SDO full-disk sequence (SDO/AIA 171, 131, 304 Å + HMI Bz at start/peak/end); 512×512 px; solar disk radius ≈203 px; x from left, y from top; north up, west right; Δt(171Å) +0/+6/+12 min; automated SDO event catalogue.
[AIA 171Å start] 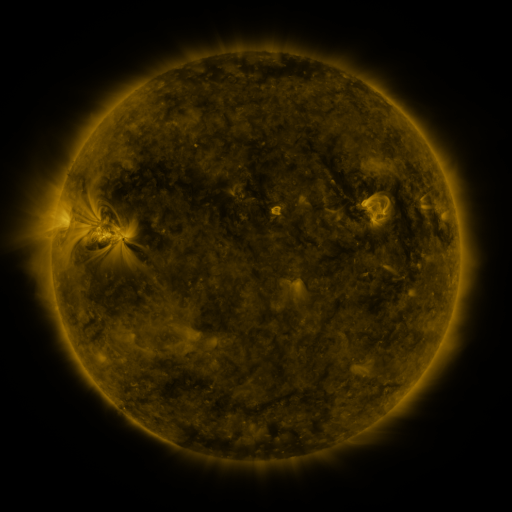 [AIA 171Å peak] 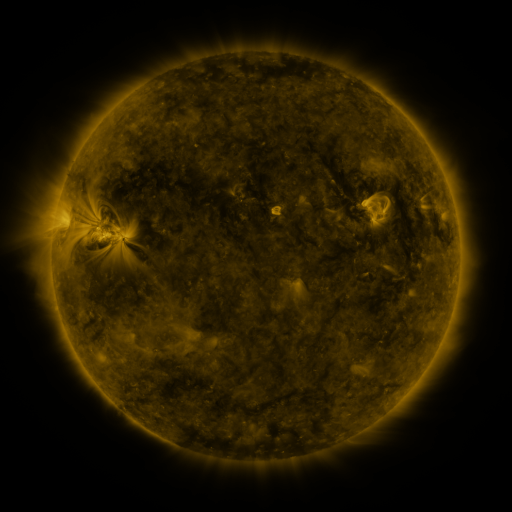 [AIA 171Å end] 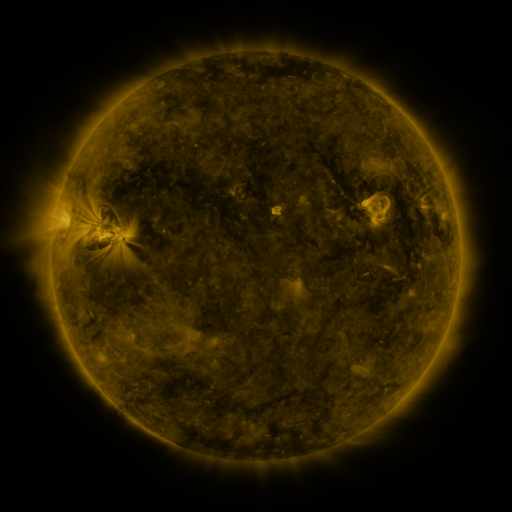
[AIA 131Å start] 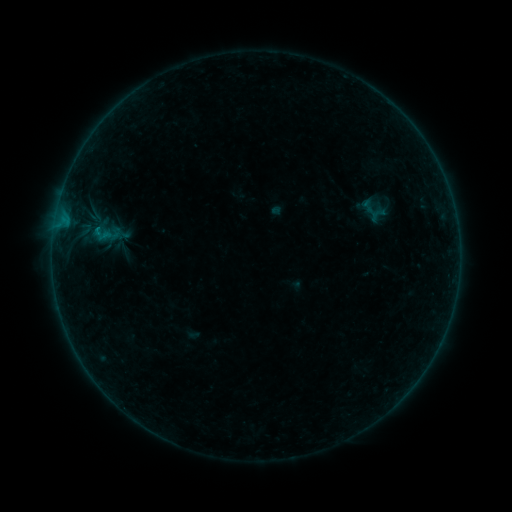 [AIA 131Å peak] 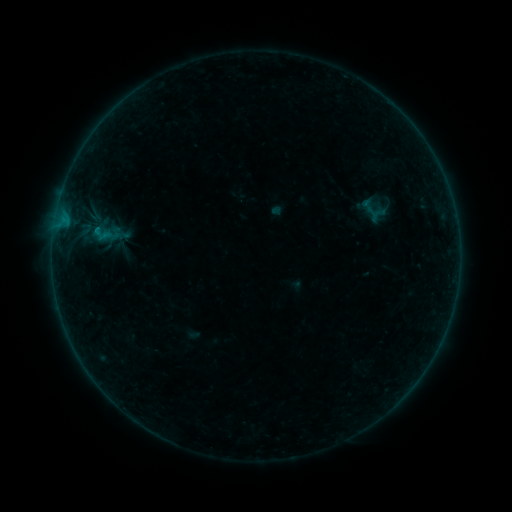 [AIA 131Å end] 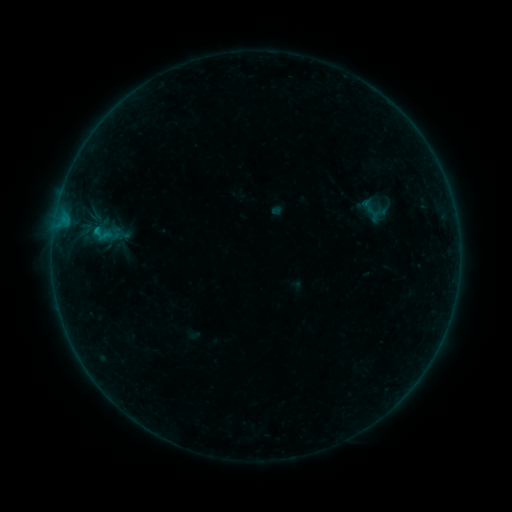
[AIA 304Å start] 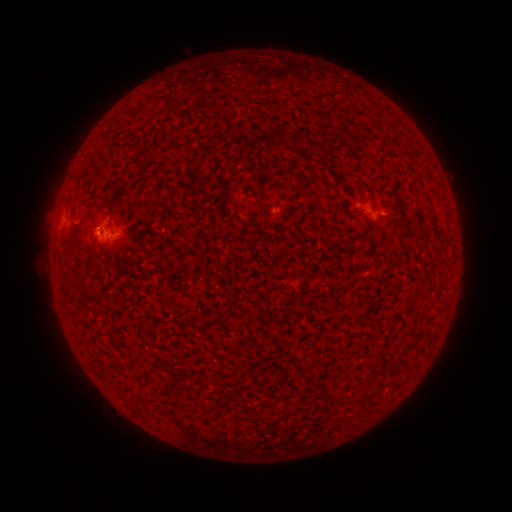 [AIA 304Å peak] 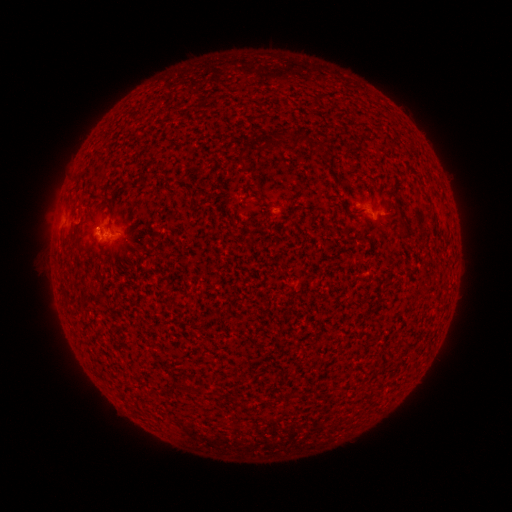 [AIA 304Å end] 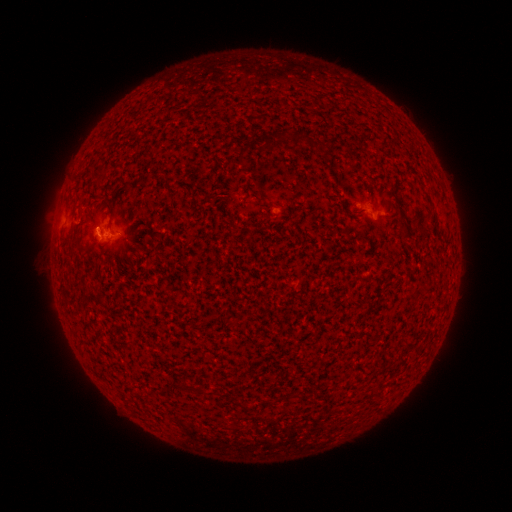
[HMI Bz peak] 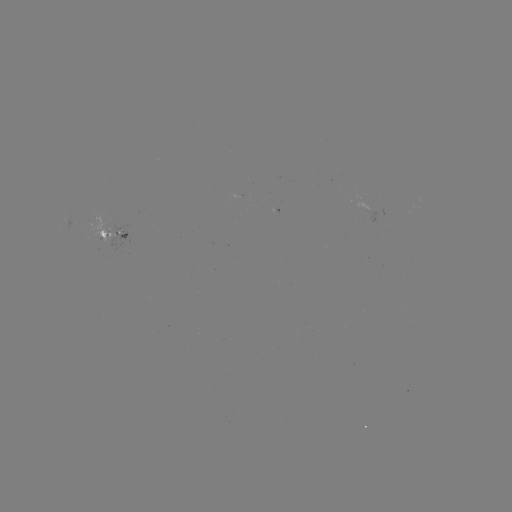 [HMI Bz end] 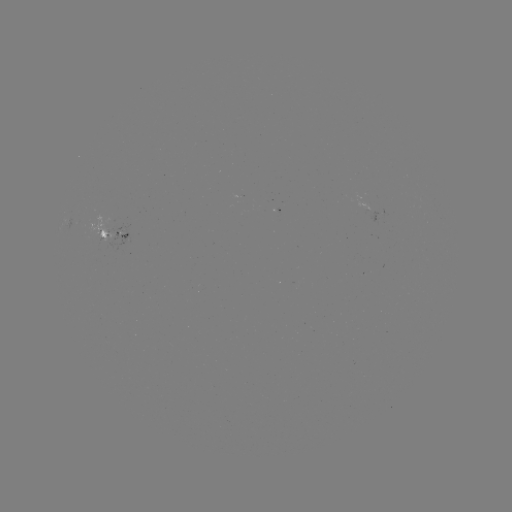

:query B3.0 flare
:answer [96, 230]